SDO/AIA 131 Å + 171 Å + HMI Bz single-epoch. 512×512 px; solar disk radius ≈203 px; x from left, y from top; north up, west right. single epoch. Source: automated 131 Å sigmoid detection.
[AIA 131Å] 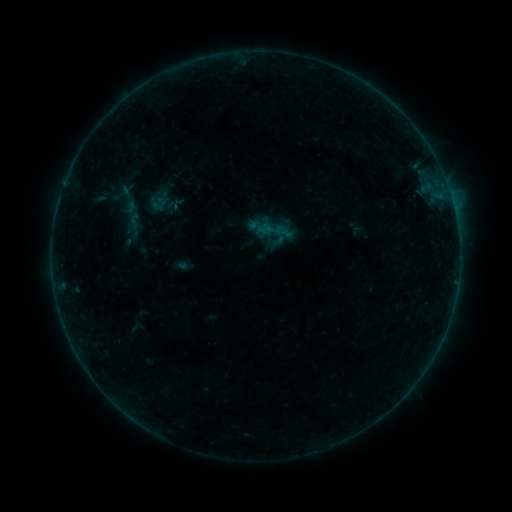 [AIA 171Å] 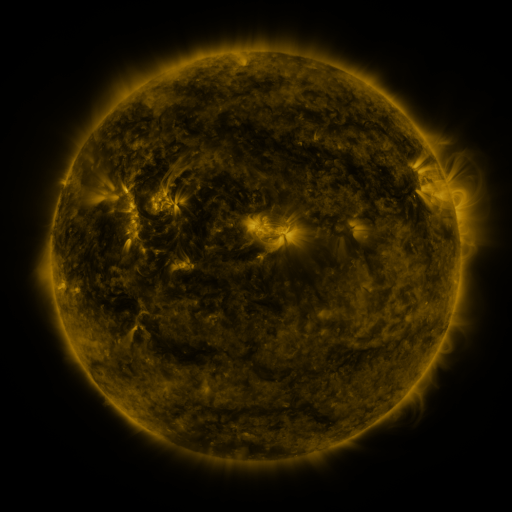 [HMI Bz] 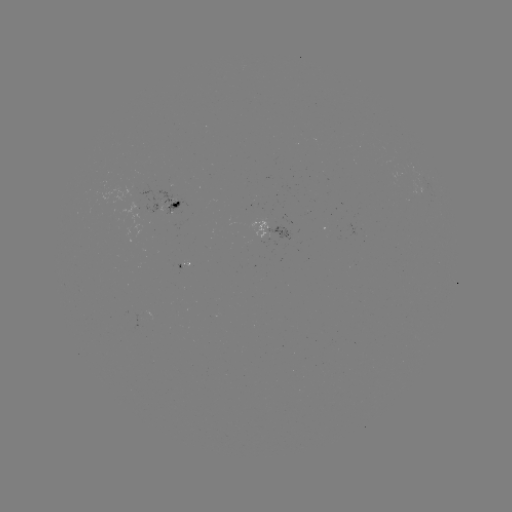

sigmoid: <bbox>126, 212, 143, 229</bbox>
